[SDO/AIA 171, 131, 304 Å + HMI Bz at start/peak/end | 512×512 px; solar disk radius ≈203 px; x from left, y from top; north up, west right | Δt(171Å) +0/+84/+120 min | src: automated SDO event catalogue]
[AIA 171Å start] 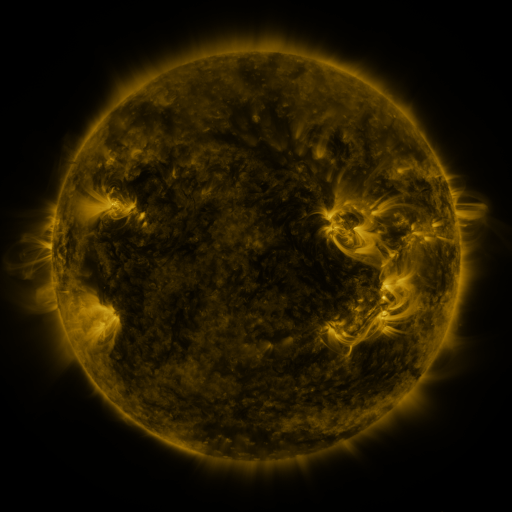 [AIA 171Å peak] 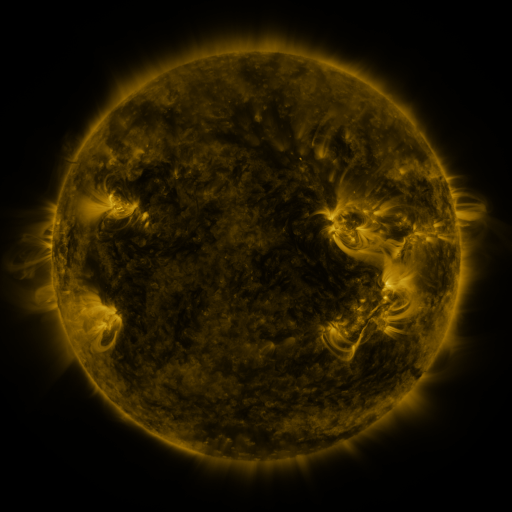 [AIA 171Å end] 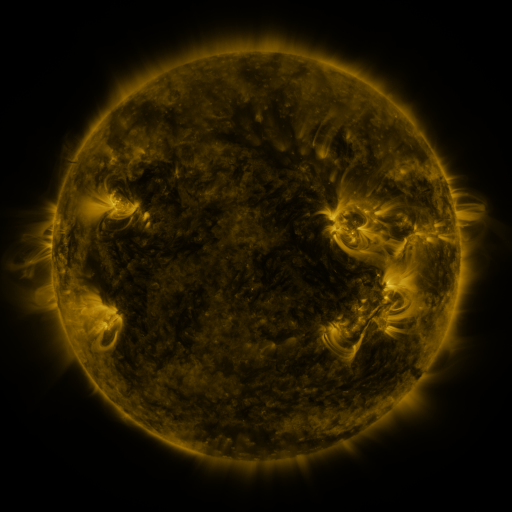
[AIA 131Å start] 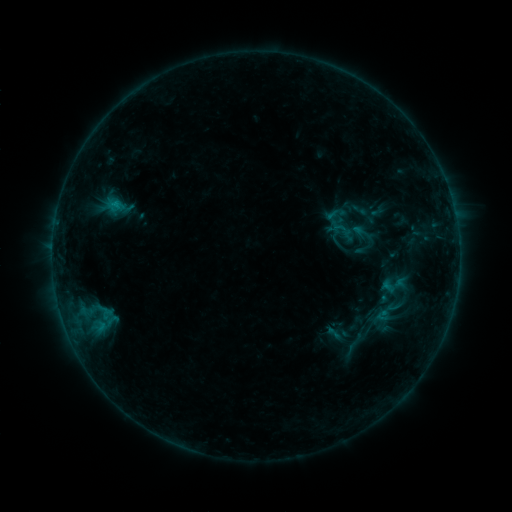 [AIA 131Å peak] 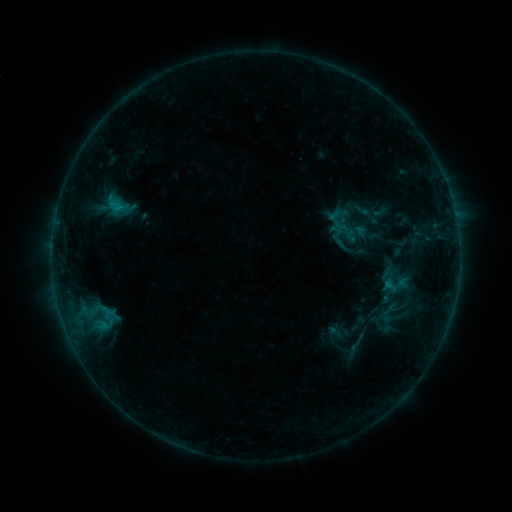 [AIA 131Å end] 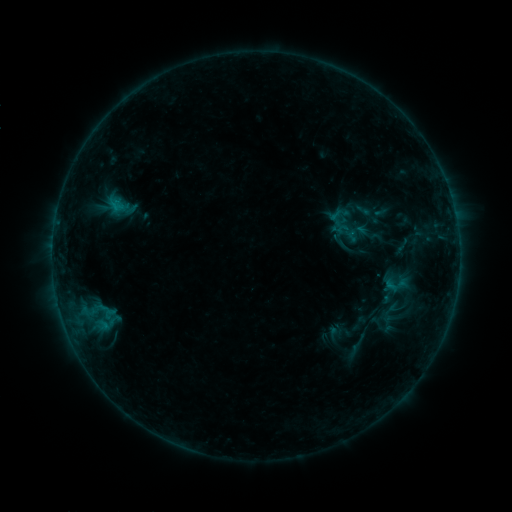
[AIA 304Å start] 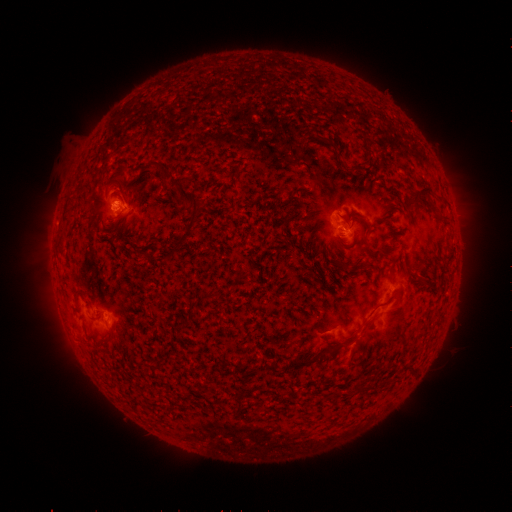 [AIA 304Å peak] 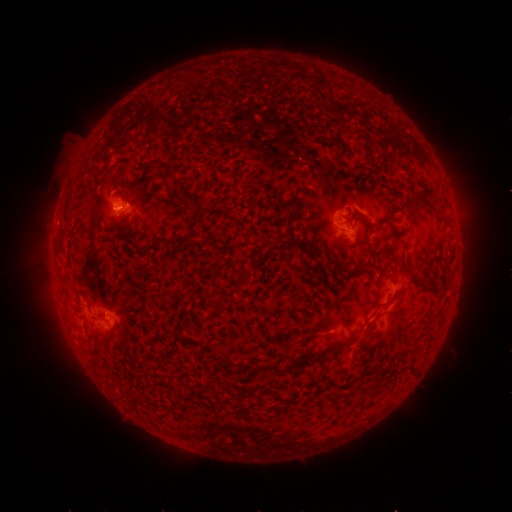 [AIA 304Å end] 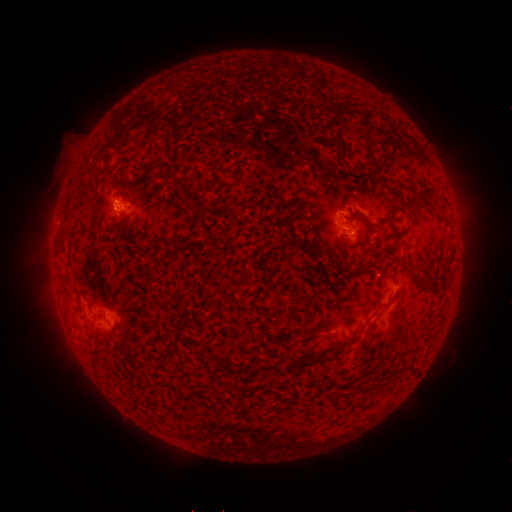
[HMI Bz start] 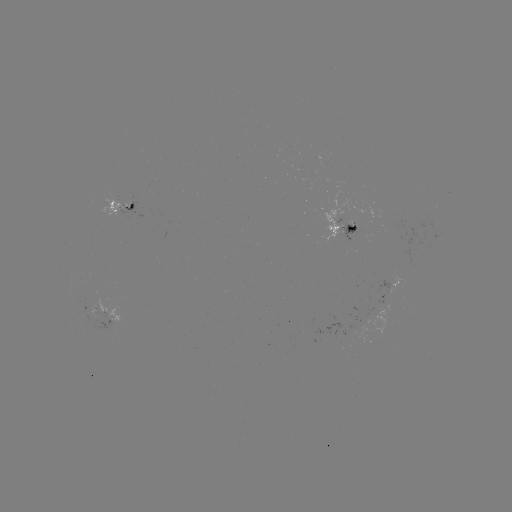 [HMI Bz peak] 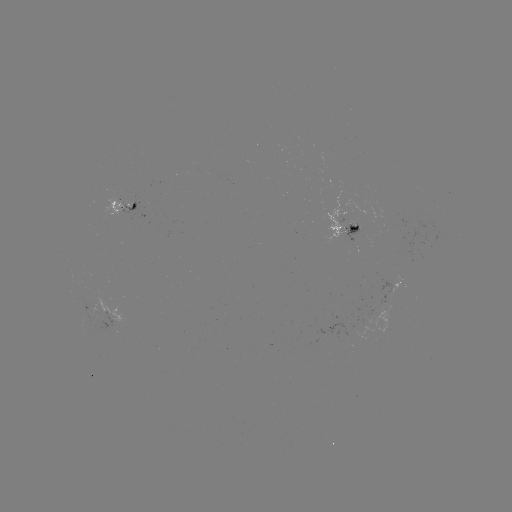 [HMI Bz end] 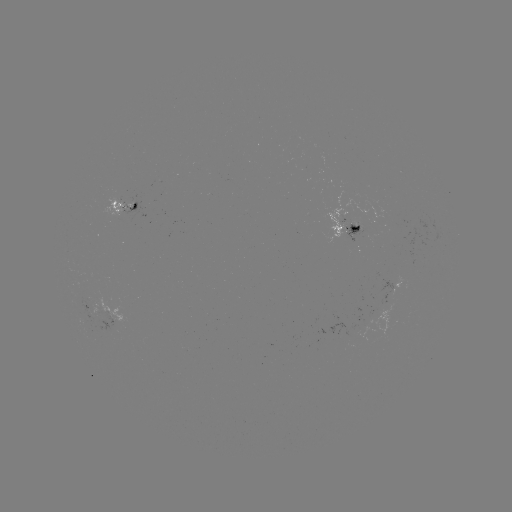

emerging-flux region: [121, 201, 145, 222]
